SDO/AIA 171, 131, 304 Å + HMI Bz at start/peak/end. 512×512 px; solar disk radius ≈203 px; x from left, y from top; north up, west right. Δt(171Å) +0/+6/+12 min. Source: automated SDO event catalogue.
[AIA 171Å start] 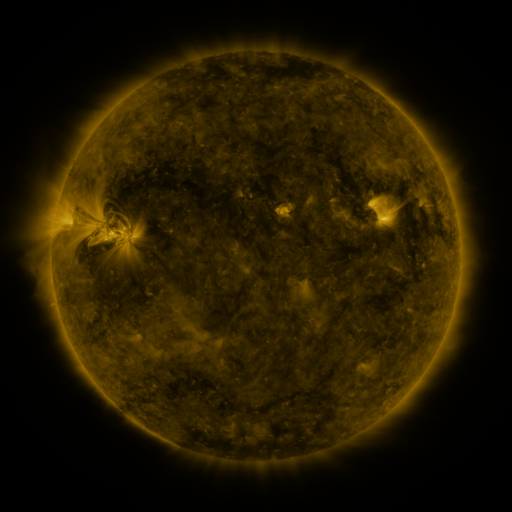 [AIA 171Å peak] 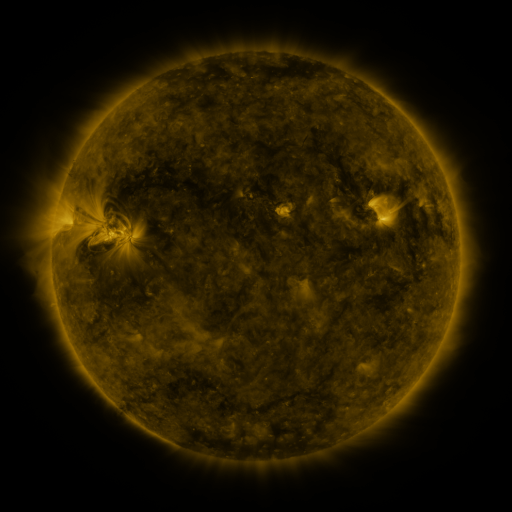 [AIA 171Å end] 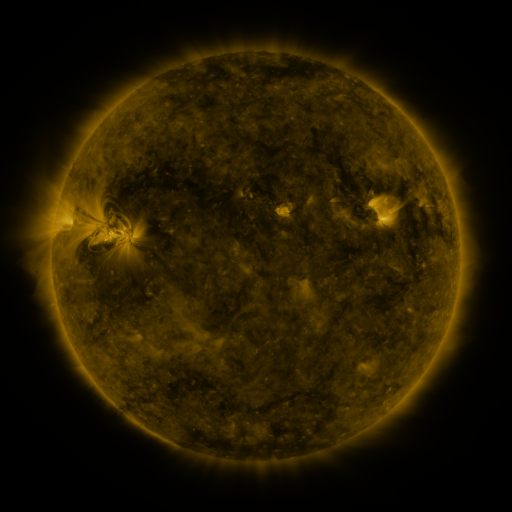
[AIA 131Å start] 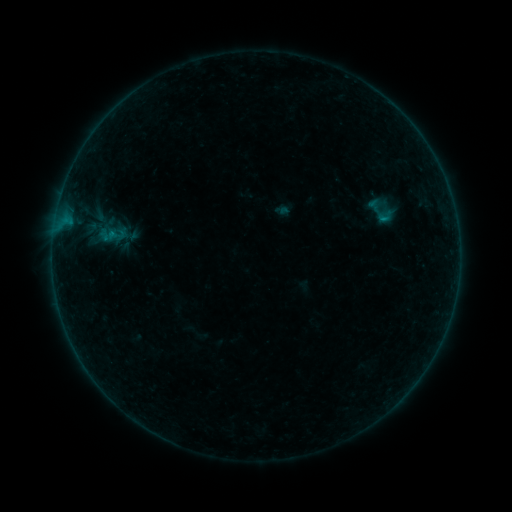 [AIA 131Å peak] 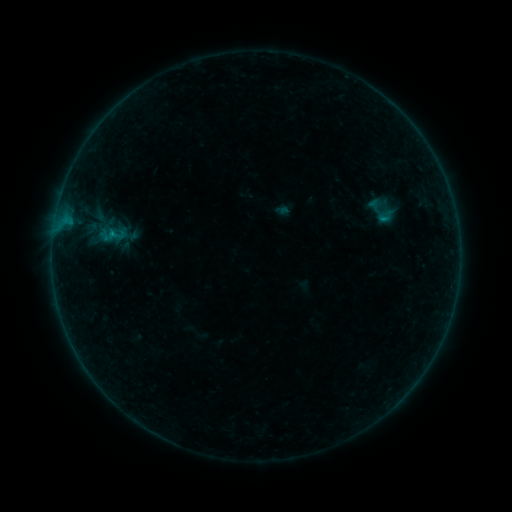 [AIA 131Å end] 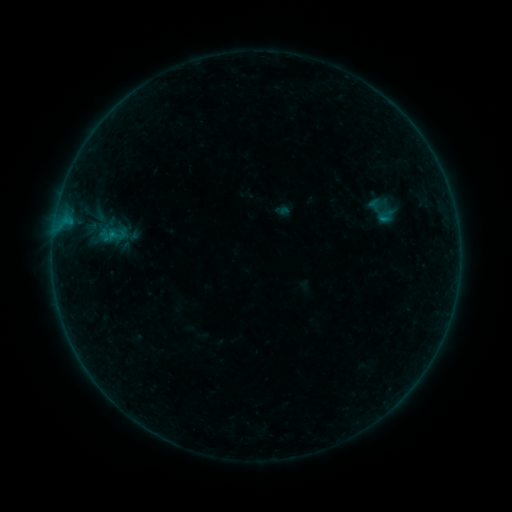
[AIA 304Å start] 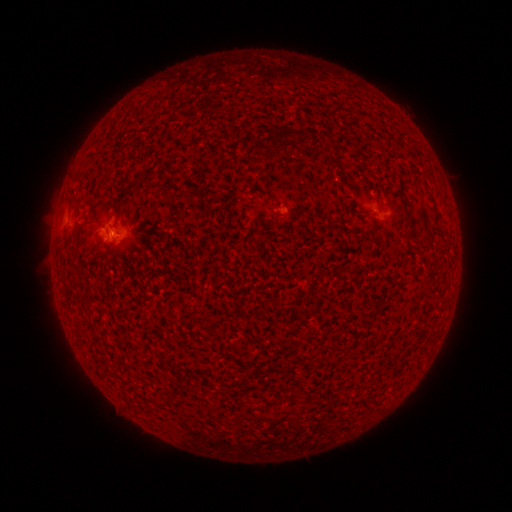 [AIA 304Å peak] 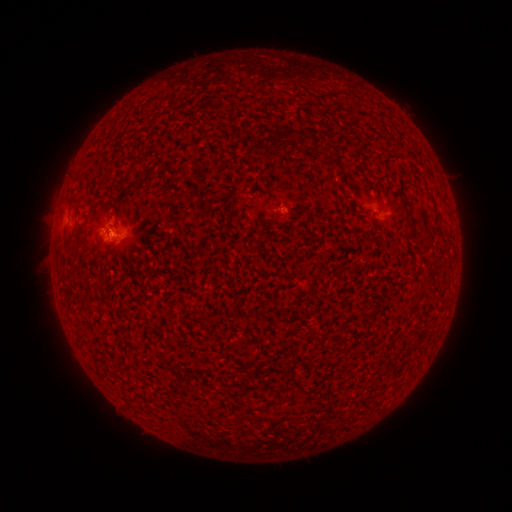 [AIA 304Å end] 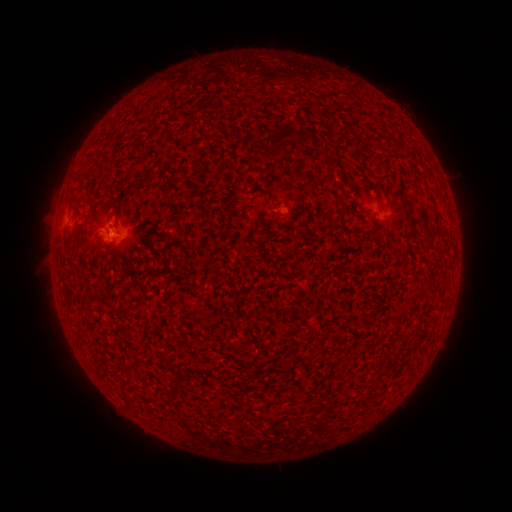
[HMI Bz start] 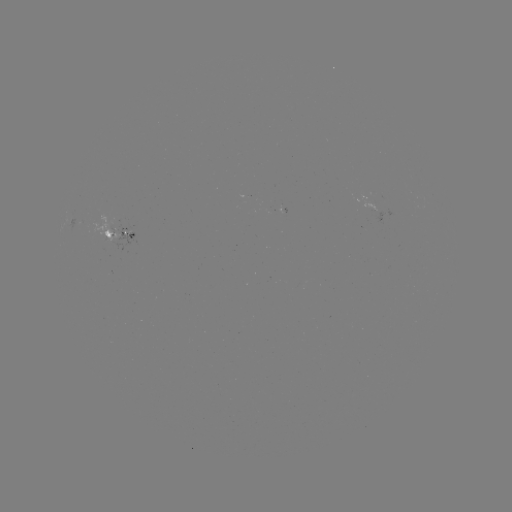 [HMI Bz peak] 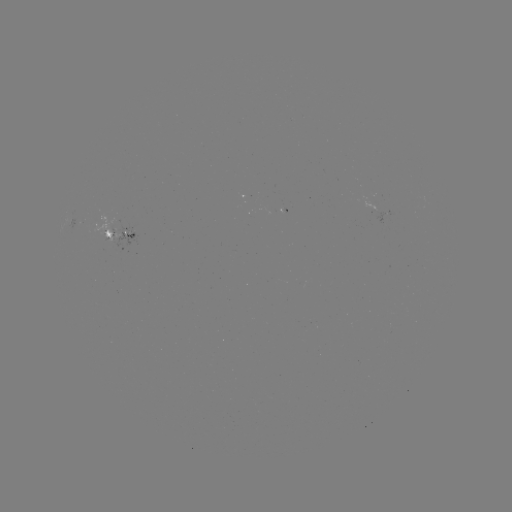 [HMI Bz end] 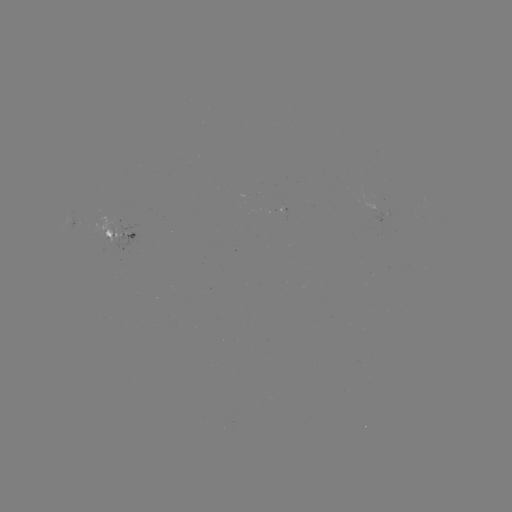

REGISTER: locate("B1.9 flare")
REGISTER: (114, 237)